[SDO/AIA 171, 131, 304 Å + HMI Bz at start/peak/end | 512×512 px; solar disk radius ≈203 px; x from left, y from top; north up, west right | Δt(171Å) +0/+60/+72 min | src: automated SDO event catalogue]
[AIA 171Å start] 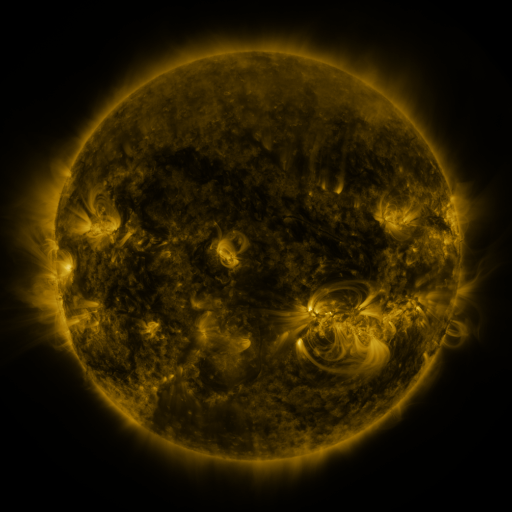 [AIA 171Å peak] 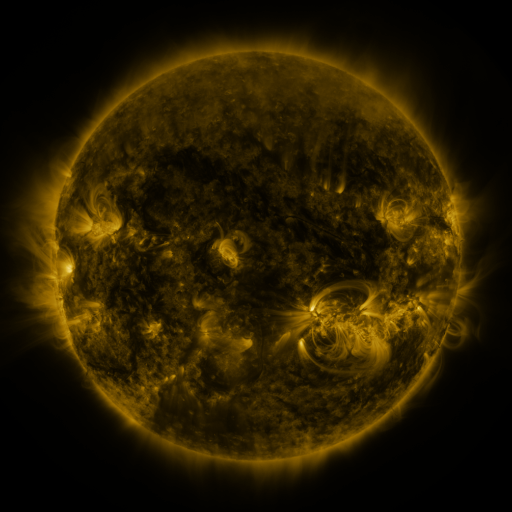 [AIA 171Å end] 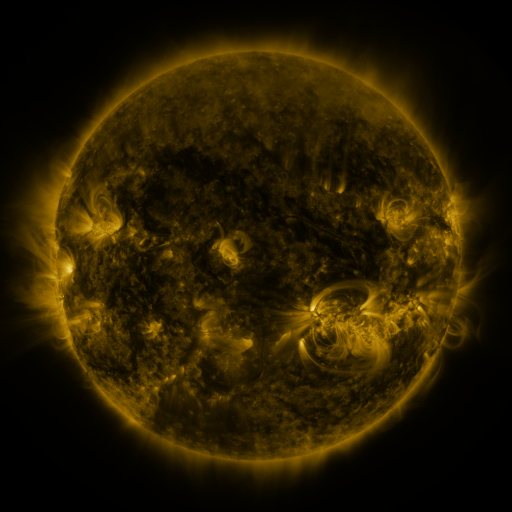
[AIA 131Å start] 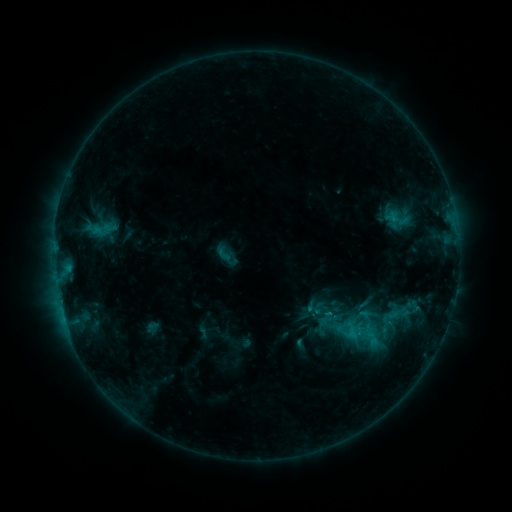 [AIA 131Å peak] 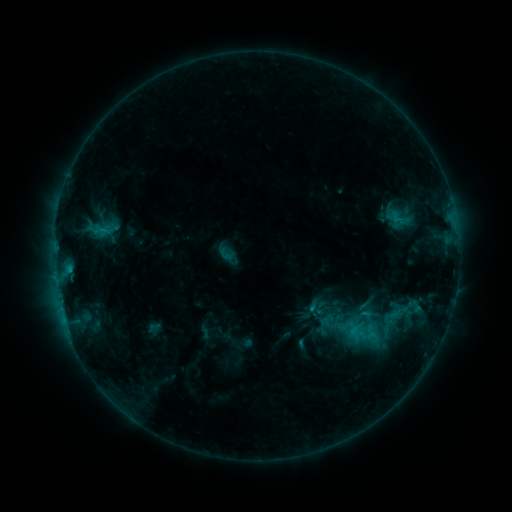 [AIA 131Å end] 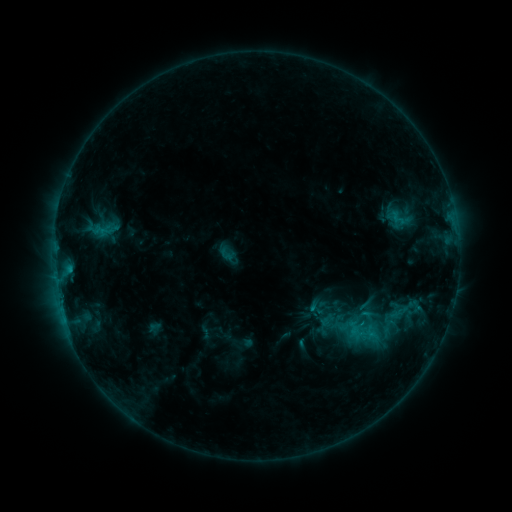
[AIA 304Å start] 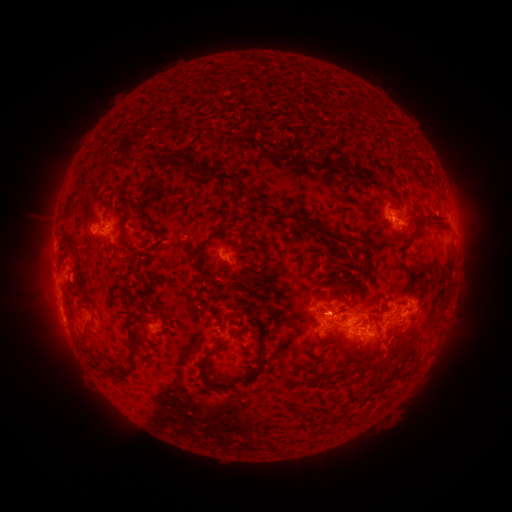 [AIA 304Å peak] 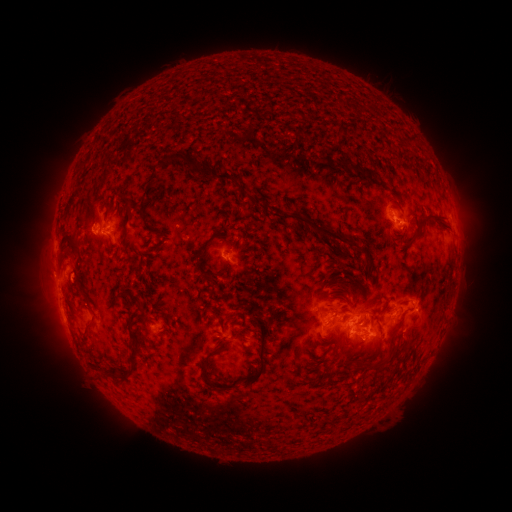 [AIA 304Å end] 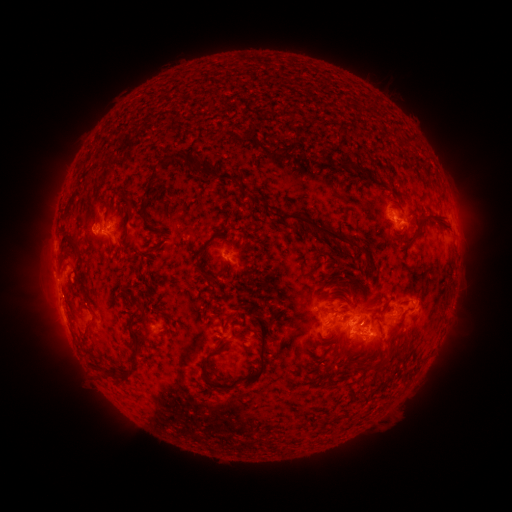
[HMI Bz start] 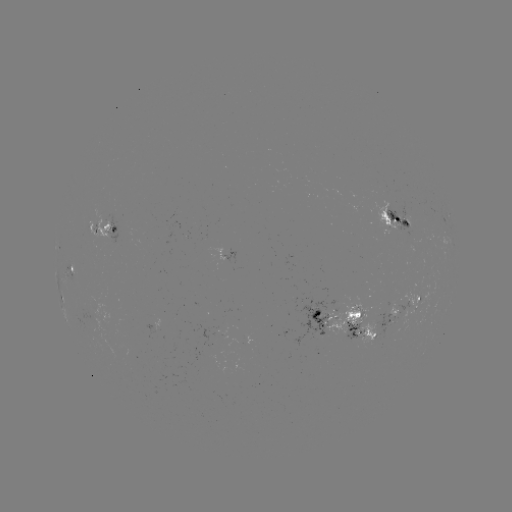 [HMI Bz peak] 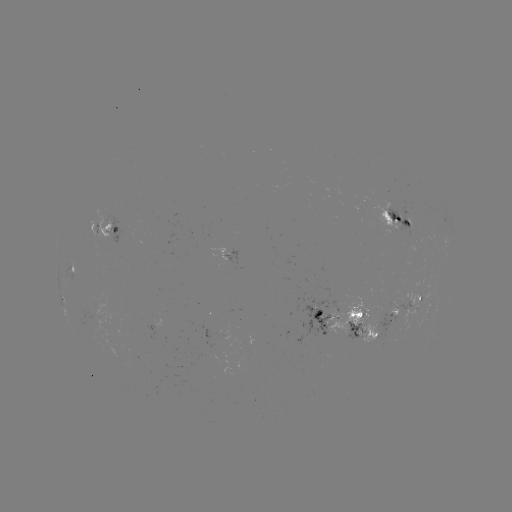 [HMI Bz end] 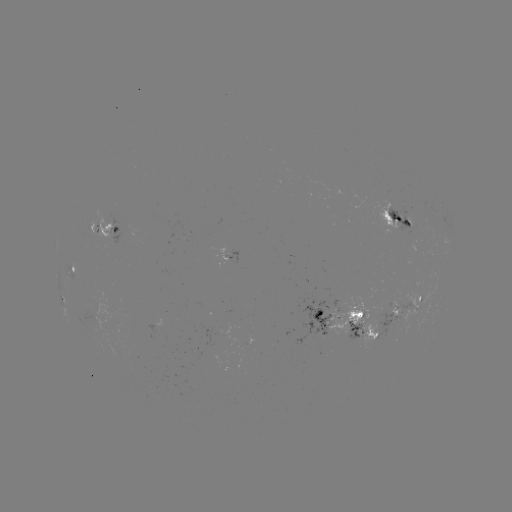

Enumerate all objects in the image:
emerging-flux region: (406, 220)
